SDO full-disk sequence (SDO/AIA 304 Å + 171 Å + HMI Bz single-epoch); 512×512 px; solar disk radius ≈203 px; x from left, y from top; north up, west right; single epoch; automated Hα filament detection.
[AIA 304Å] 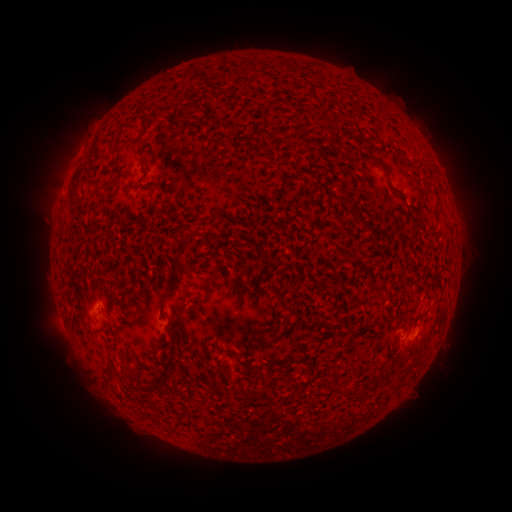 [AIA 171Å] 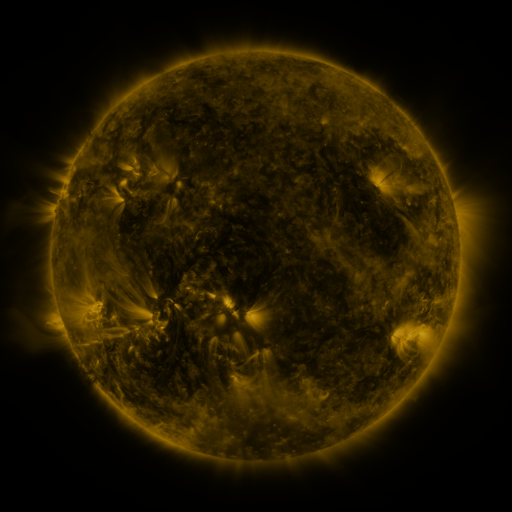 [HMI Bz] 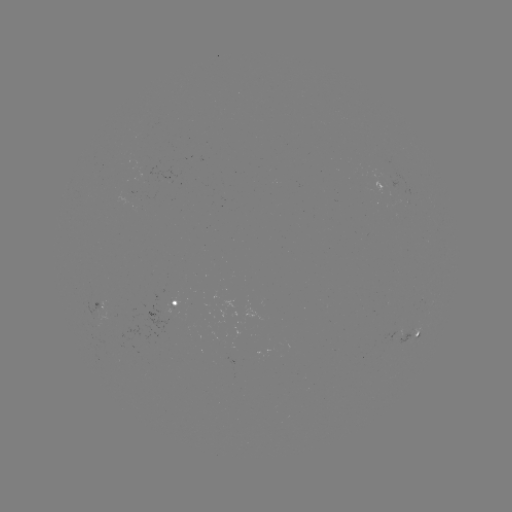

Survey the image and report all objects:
filament: <bbox>183, 101, 201, 114</bbox>
filament: <bbox>138, 134, 145, 160</bbox>
filament: <bbox>378, 161, 392, 180</bbox>
filament: <bbox>389, 186, 404, 199</bbox>
filament: <bbox>75, 190, 90, 213</bbox>
filament: <bbox>205, 229, 218, 241</bbox>
filament: <bbox>171, 254, 187, 276</bbox>
filament: <bbox>117, 287, 127, 297</bbox>
filament: <bbox>109, 294, 117, 305</bbox>
filament: <bbox>157, 297, 165, 313</bbox>
filament: <bbox>161, 353, 174, 369</bbox>
filament: <bbox>105, 370, 114, 379</bbox>
filament: <bbox>146, 374, 154, 385</bbox>
filament: <bbox>366, 378, 378, 388</bbox>
filament: <bbox>341, 390, 350, 400</bbox>
